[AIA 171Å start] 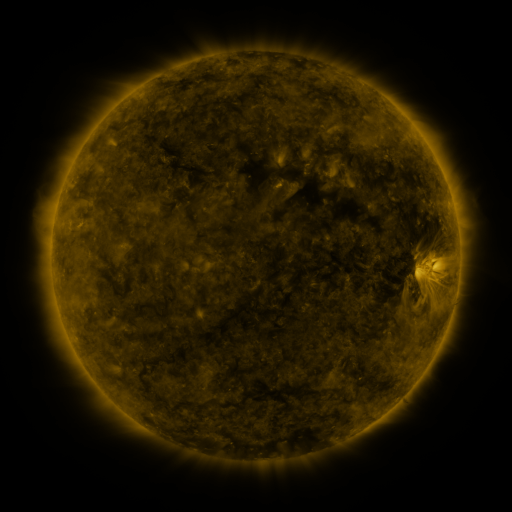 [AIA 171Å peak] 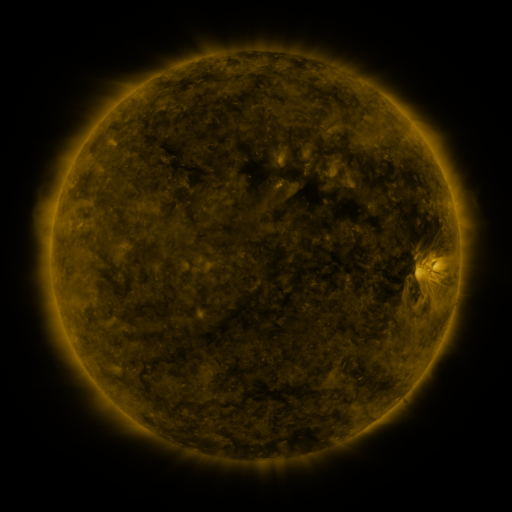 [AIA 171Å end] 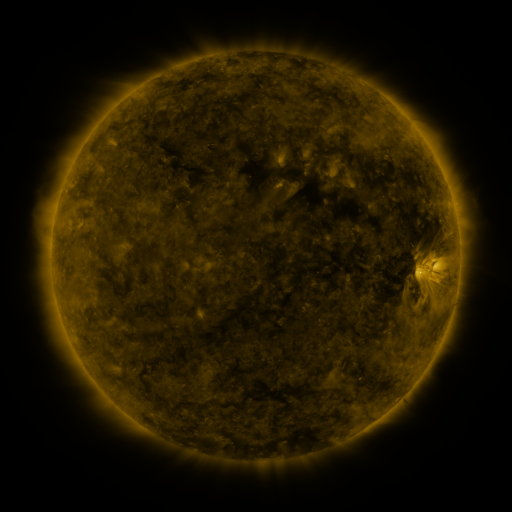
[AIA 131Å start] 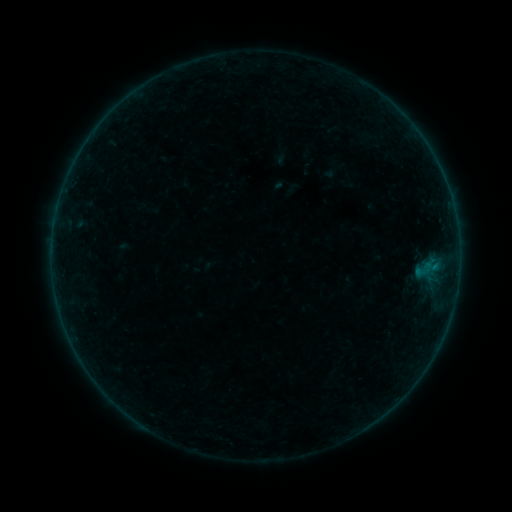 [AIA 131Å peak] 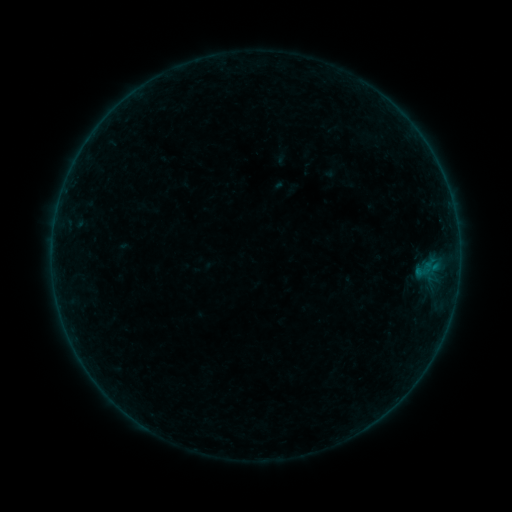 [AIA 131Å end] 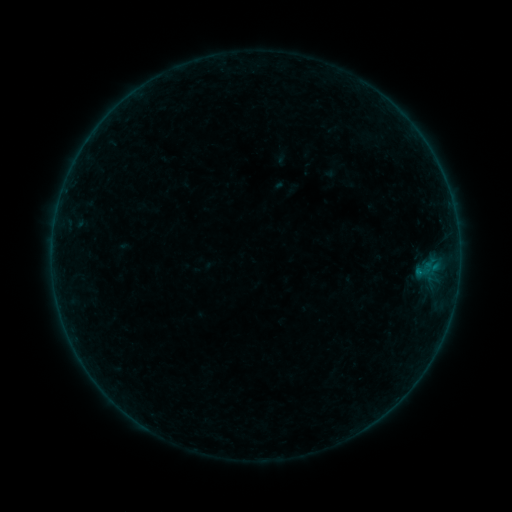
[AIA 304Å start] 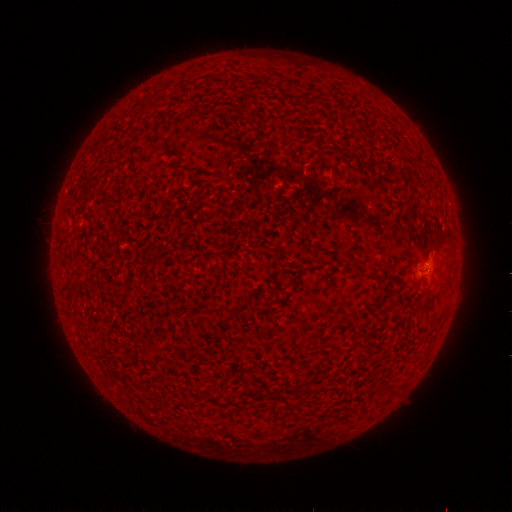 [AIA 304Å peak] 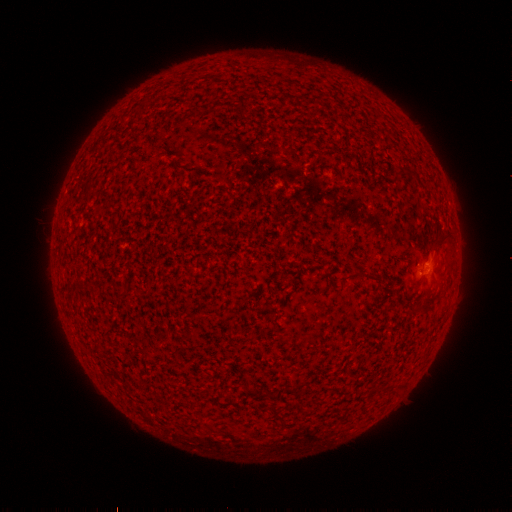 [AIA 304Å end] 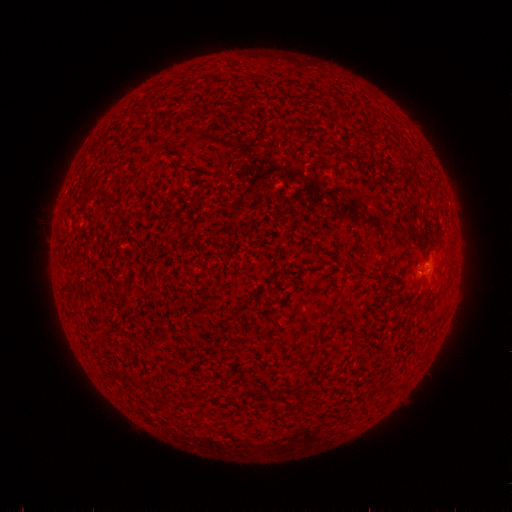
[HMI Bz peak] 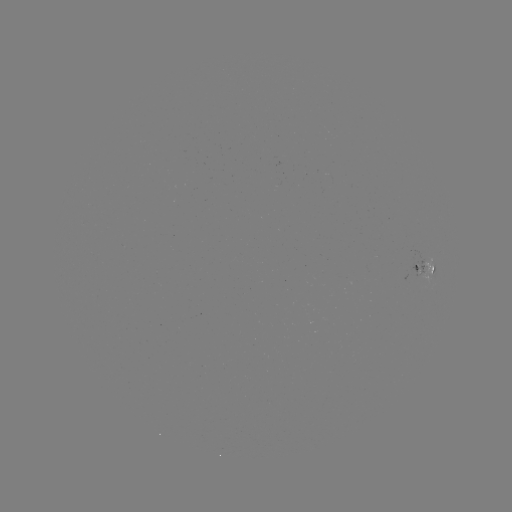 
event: flare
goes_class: B1.1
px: (419, 270)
